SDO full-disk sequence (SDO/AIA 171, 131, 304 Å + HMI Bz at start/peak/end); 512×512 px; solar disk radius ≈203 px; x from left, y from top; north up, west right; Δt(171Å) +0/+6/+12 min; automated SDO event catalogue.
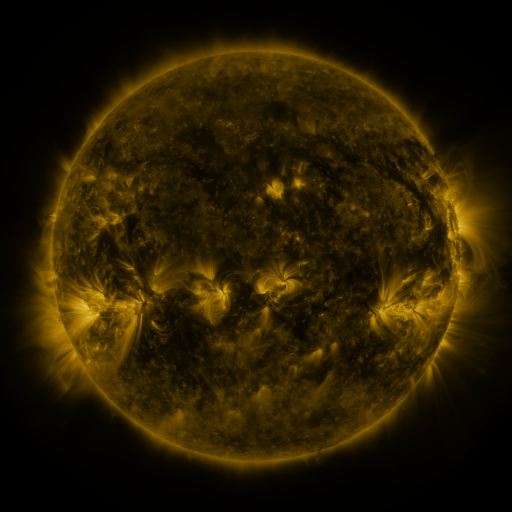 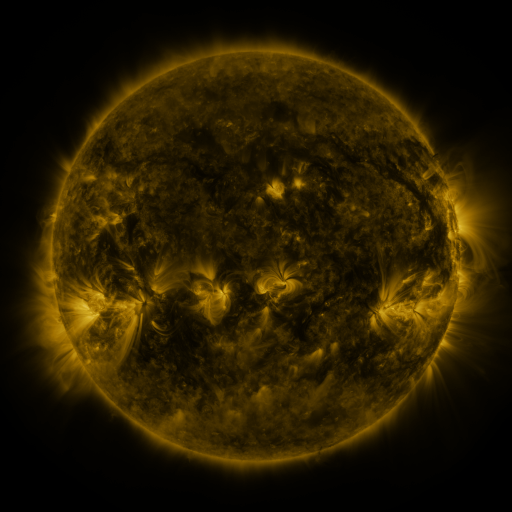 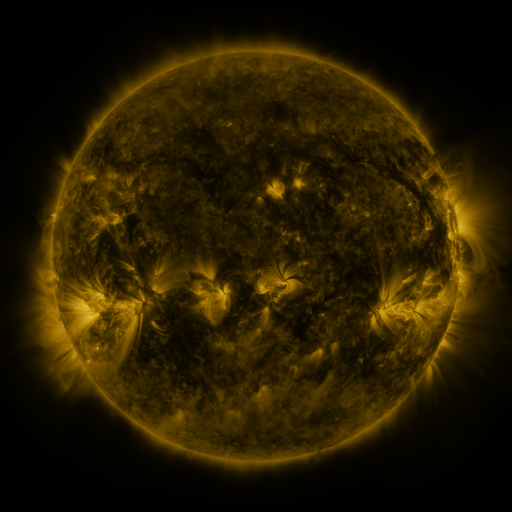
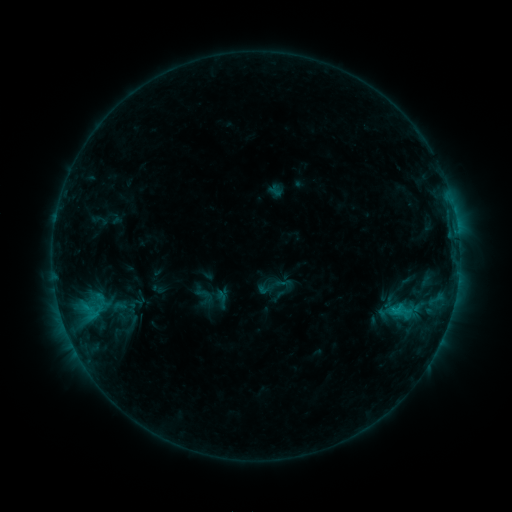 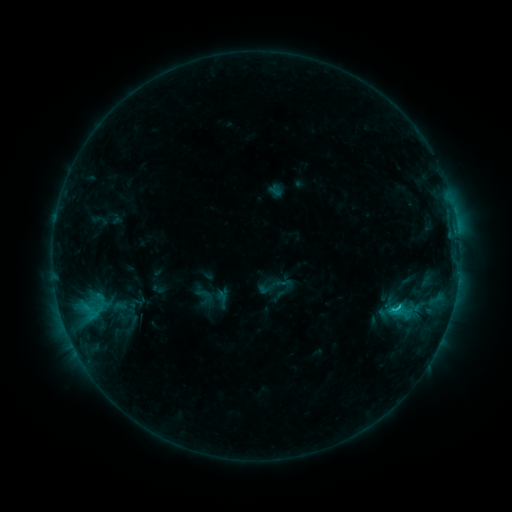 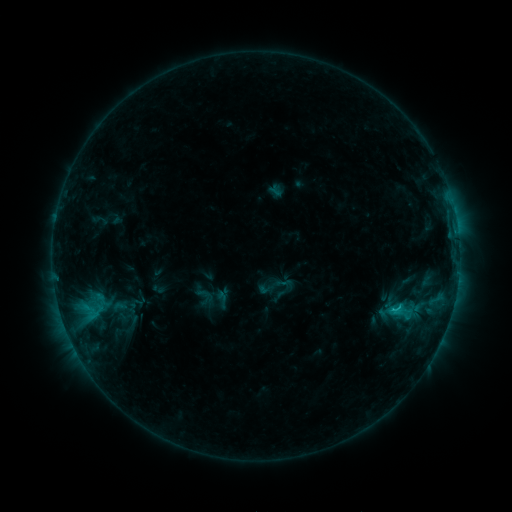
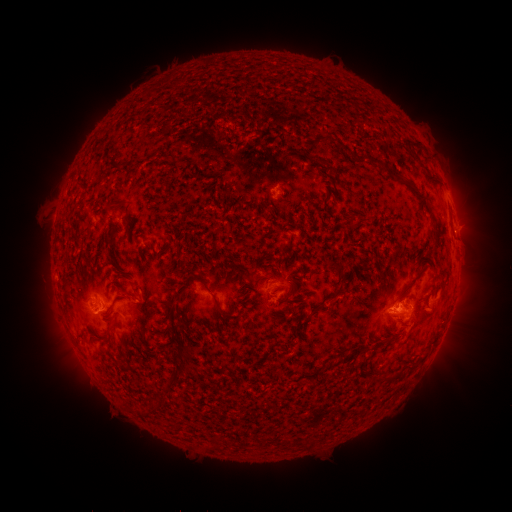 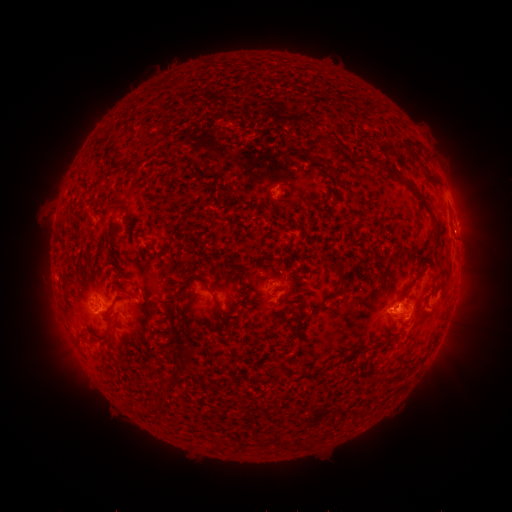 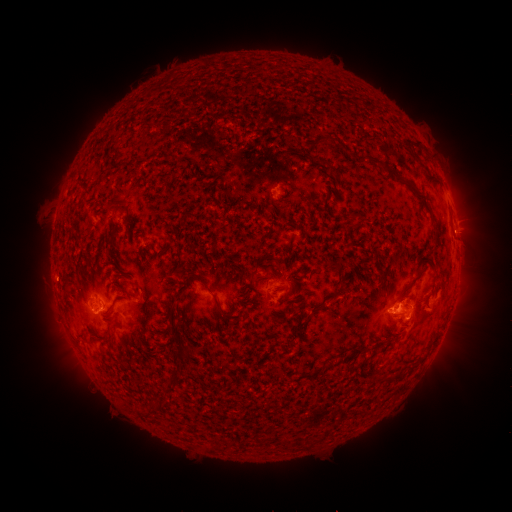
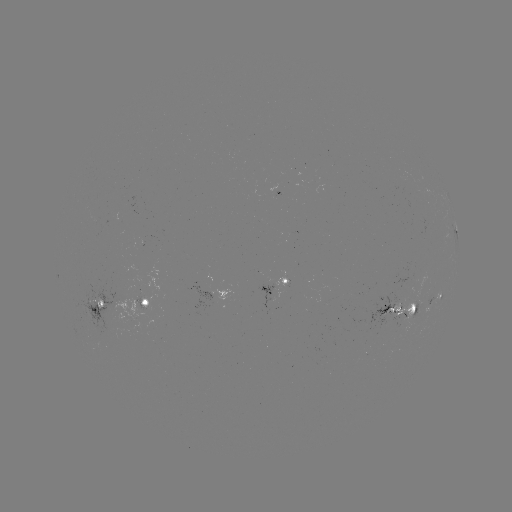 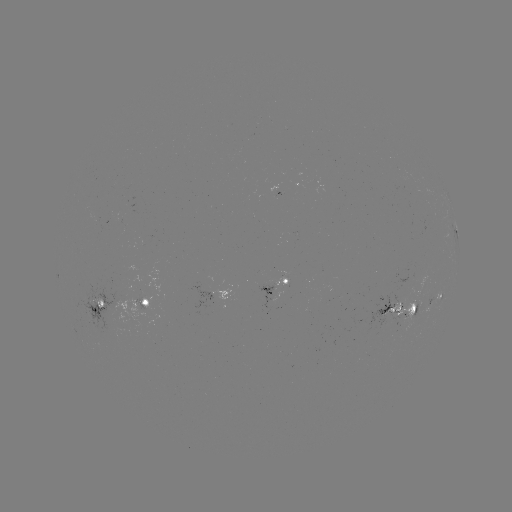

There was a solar flare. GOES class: C1.2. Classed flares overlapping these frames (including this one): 1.